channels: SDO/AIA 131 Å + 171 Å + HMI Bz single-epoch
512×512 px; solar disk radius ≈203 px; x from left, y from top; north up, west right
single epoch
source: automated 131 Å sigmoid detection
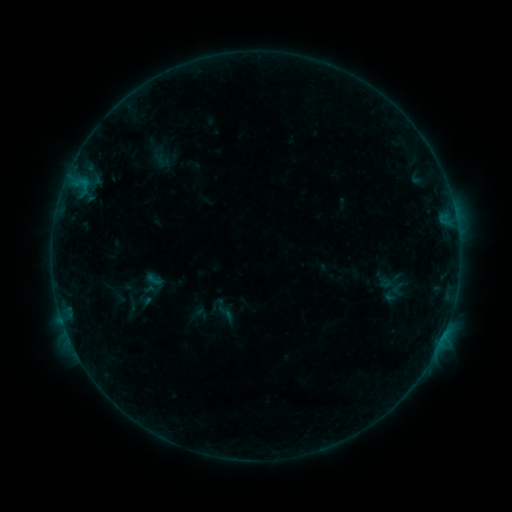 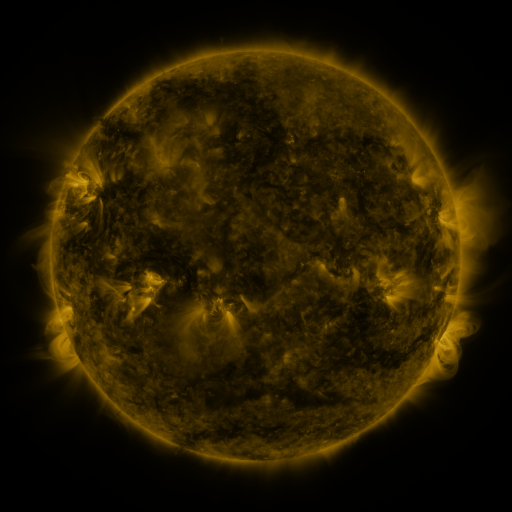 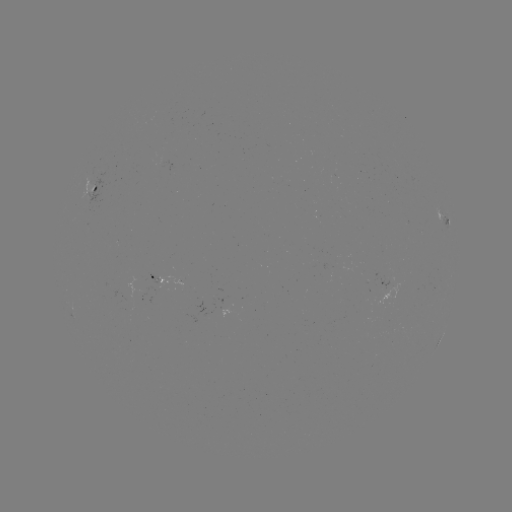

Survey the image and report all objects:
sigmoid: (143, 270, 165, 289)
sigmoid: (214, 303, 238, 324)
